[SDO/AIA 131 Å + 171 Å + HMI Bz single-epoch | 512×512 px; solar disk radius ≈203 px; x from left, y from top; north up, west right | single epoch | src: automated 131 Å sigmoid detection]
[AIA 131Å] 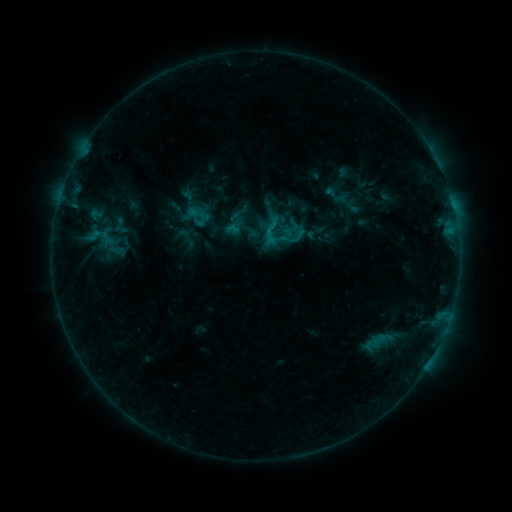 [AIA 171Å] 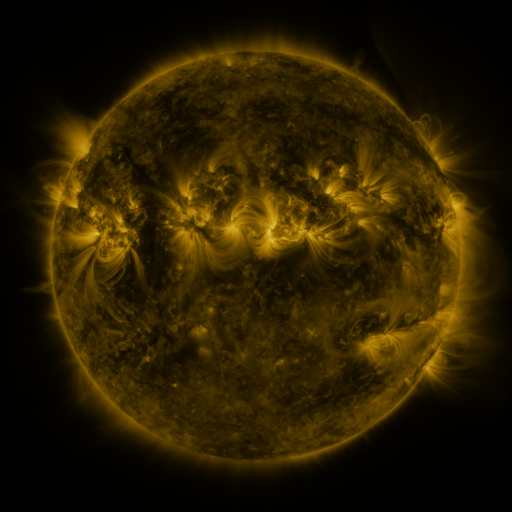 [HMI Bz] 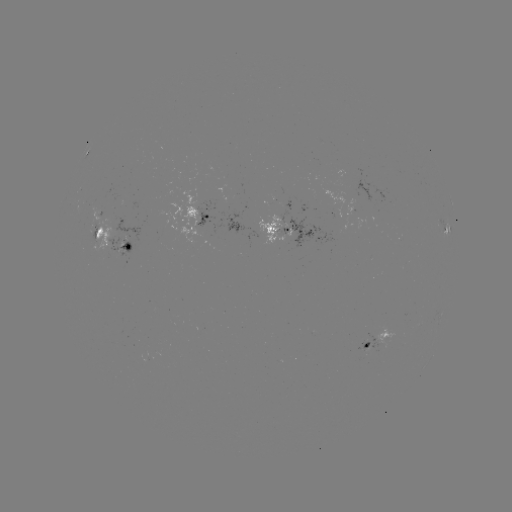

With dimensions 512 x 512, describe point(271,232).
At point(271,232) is sigmoid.